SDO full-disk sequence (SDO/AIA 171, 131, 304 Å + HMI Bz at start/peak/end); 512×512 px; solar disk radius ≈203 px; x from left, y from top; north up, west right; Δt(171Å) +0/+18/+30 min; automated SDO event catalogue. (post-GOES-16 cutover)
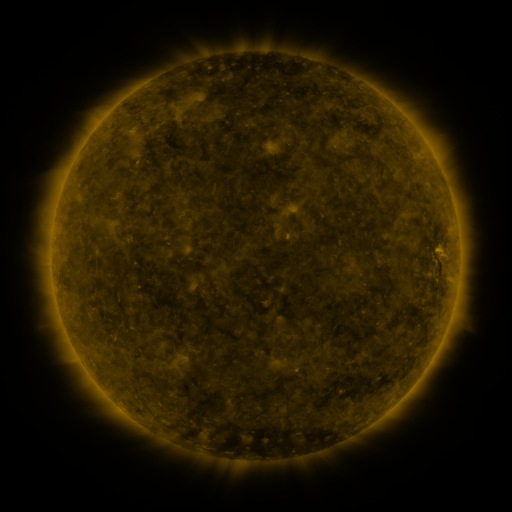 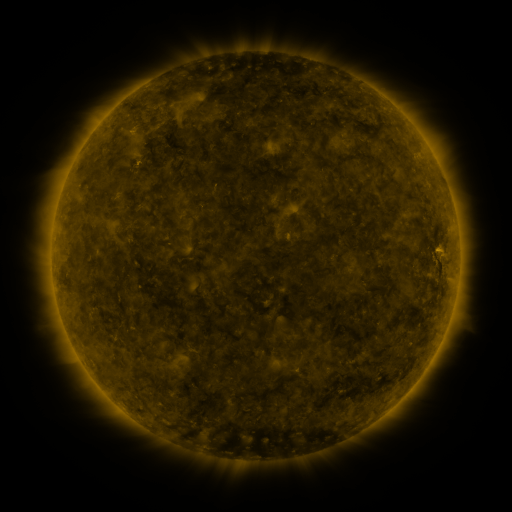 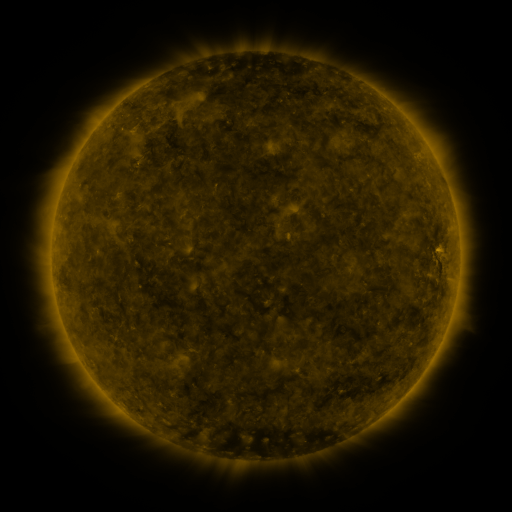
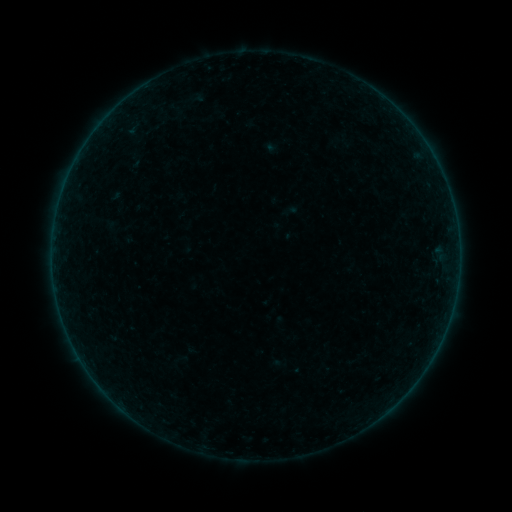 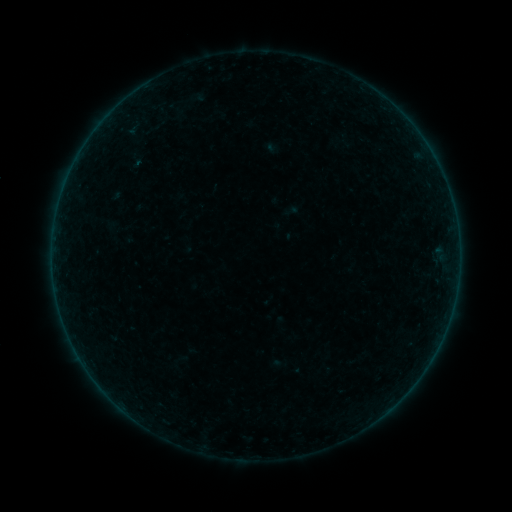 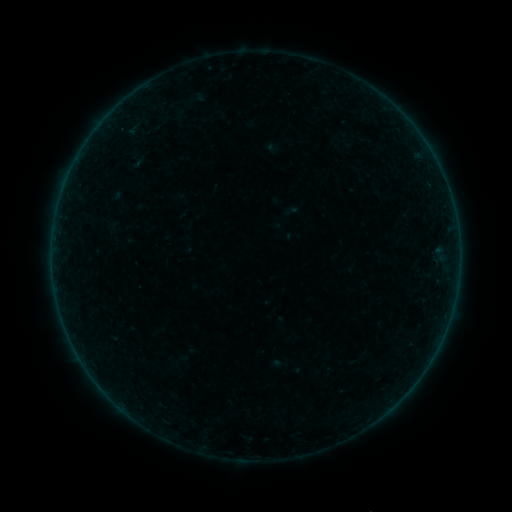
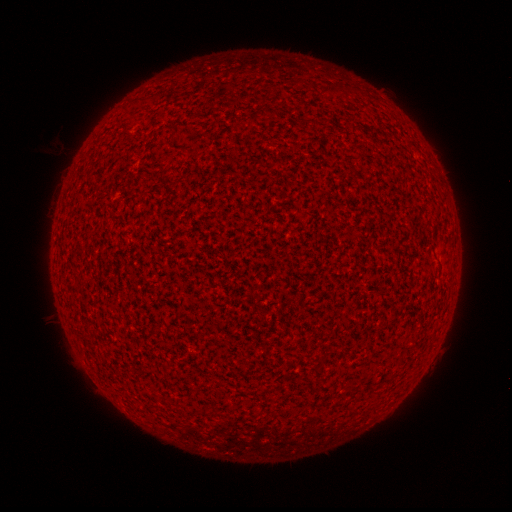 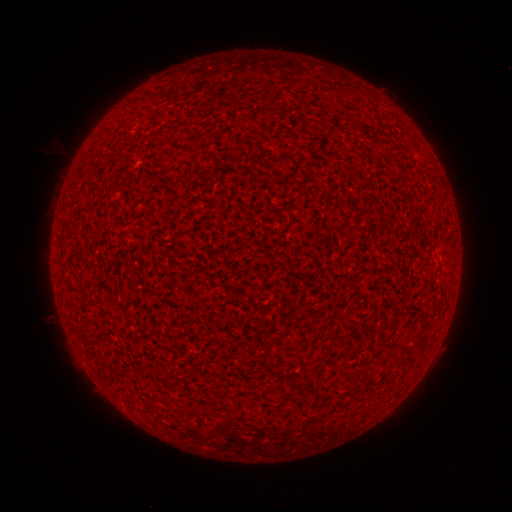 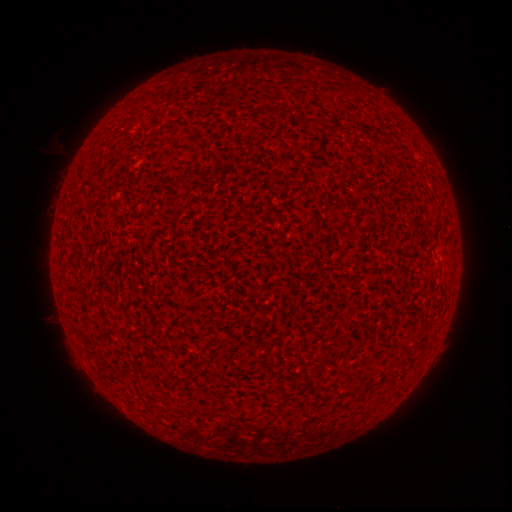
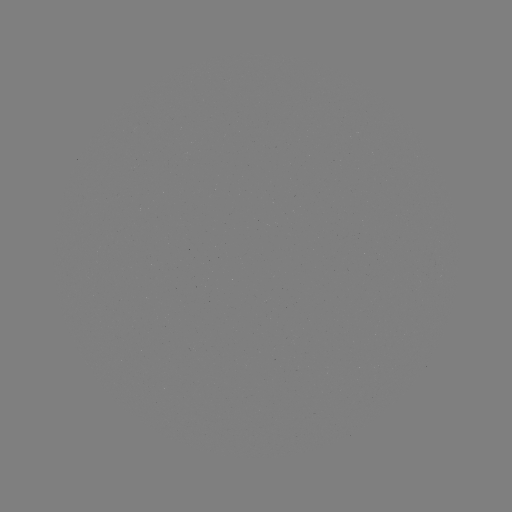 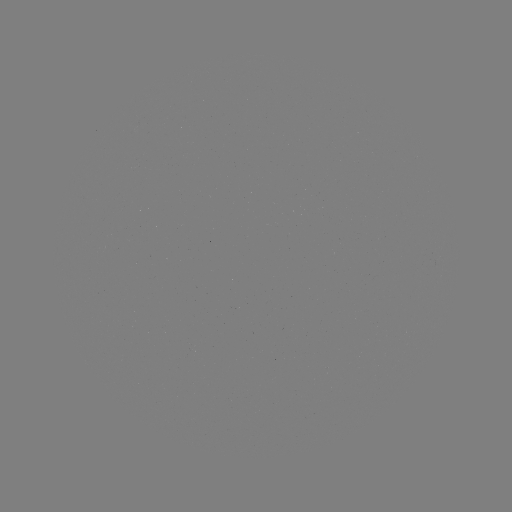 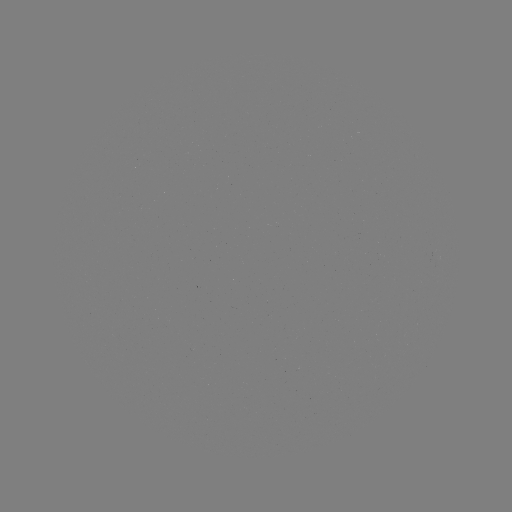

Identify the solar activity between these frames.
nothing was catalogued: no classed flare, no EUV trigger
